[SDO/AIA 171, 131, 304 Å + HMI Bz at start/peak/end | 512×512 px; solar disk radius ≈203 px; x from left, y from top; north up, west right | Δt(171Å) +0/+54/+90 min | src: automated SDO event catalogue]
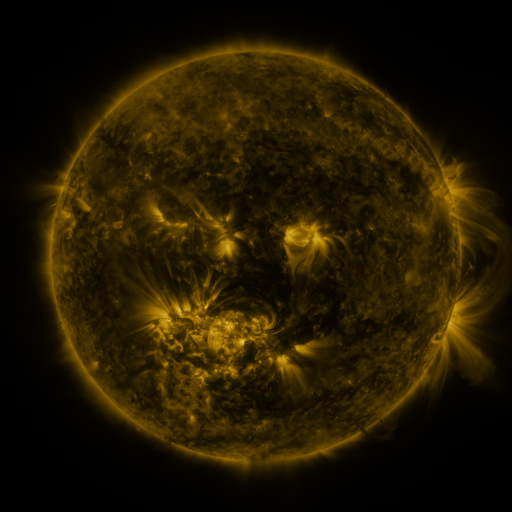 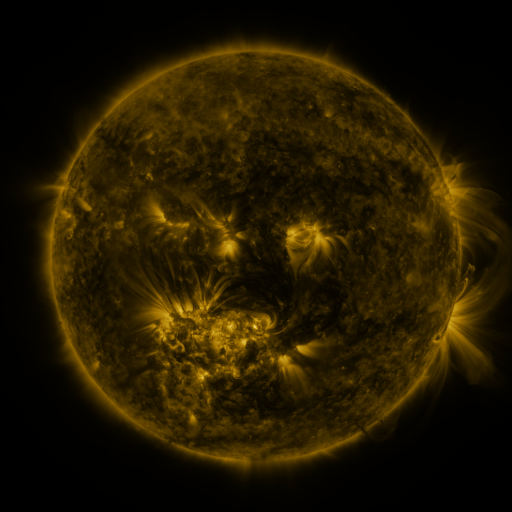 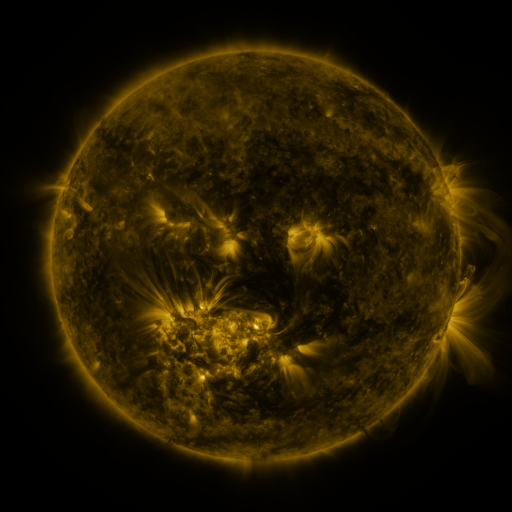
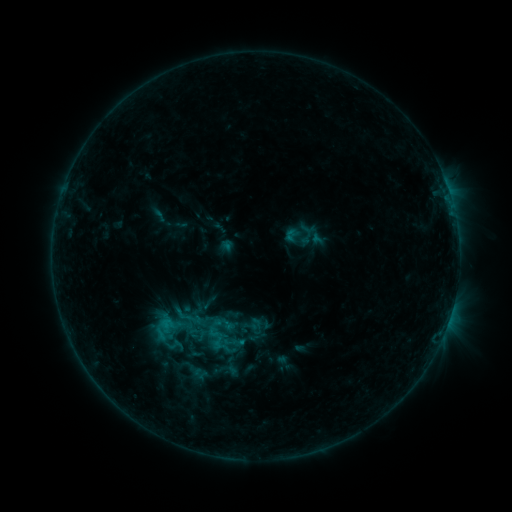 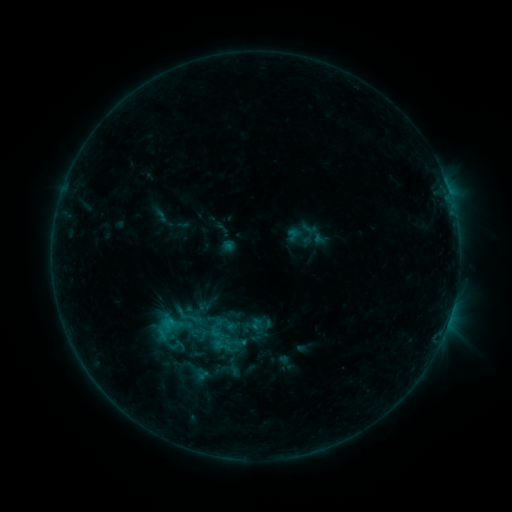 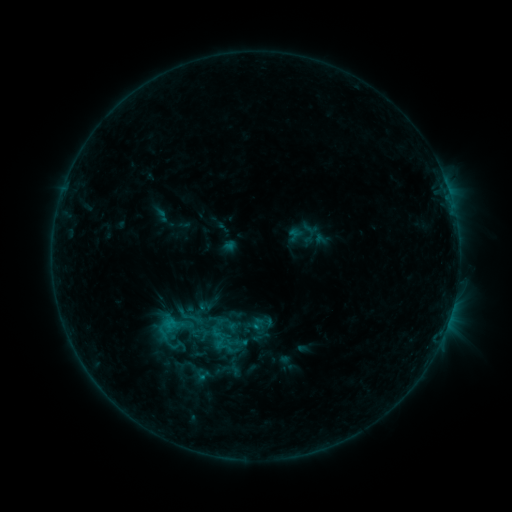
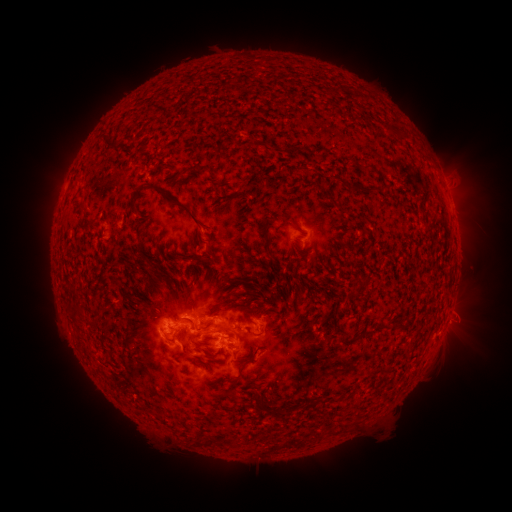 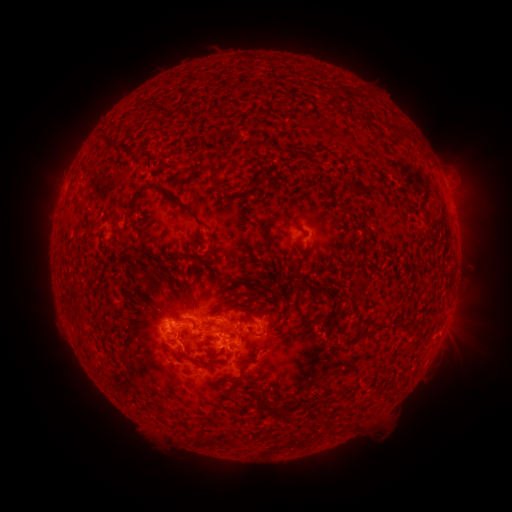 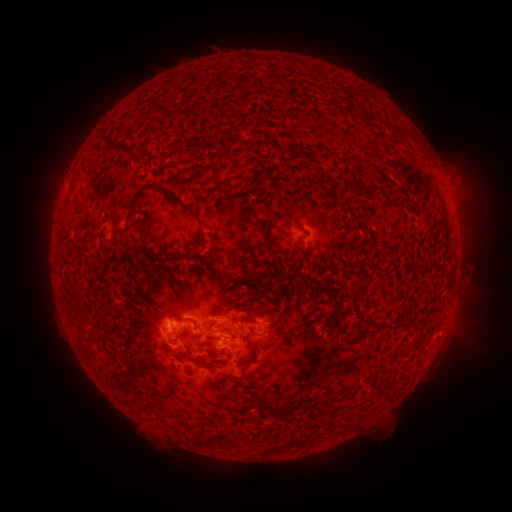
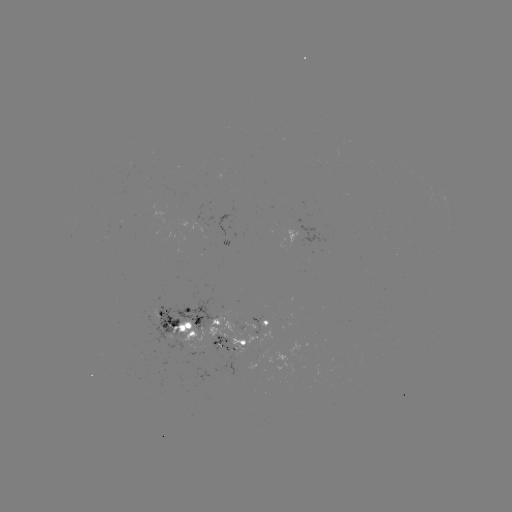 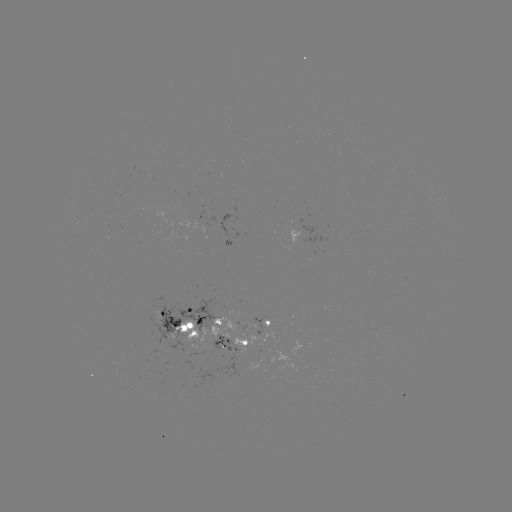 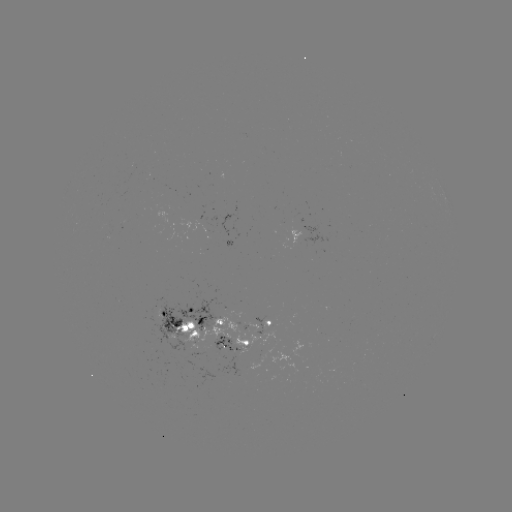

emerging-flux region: <bbox>244, 358, 262, 369</bbox>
